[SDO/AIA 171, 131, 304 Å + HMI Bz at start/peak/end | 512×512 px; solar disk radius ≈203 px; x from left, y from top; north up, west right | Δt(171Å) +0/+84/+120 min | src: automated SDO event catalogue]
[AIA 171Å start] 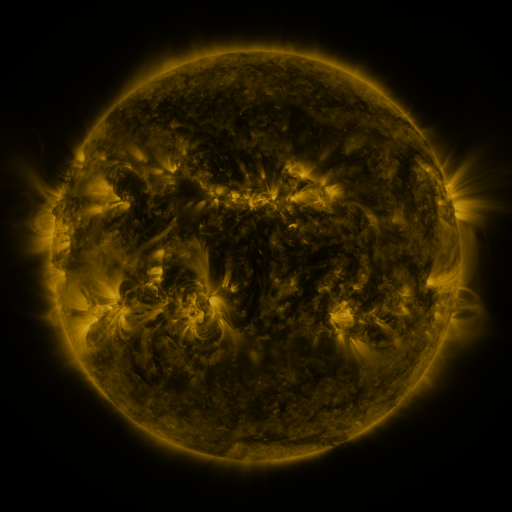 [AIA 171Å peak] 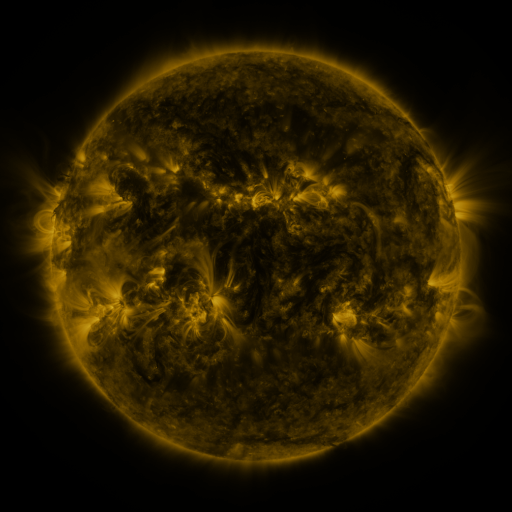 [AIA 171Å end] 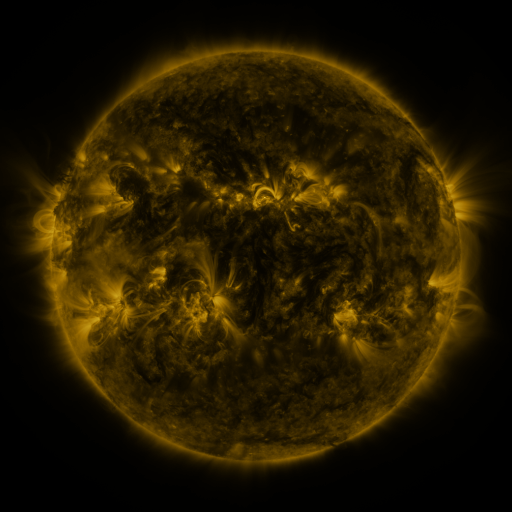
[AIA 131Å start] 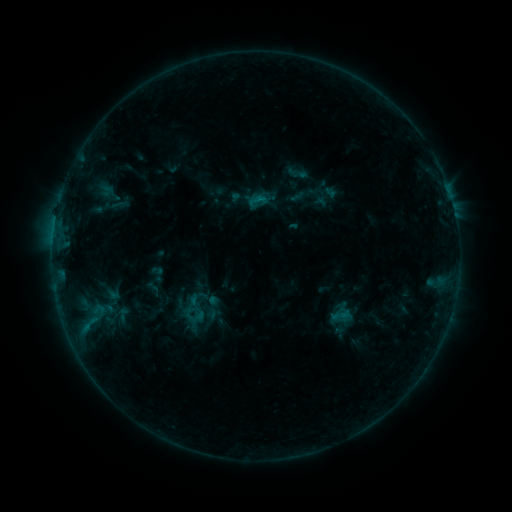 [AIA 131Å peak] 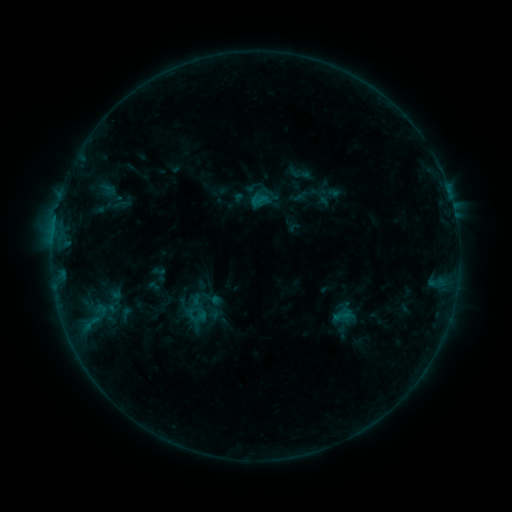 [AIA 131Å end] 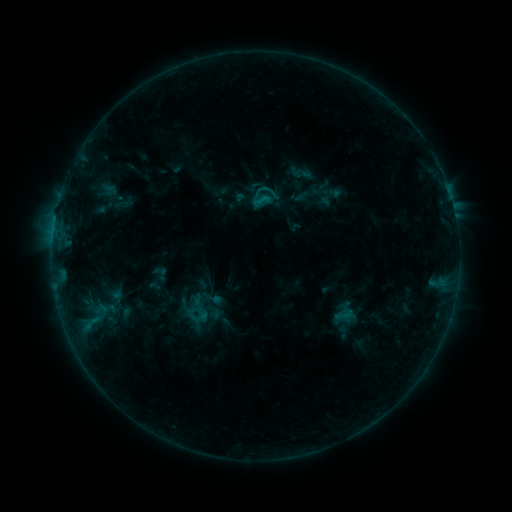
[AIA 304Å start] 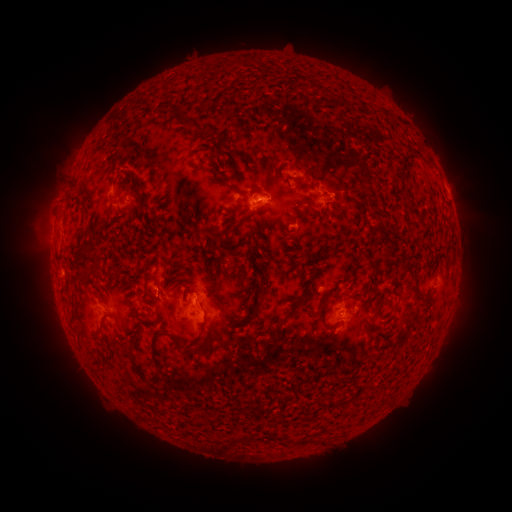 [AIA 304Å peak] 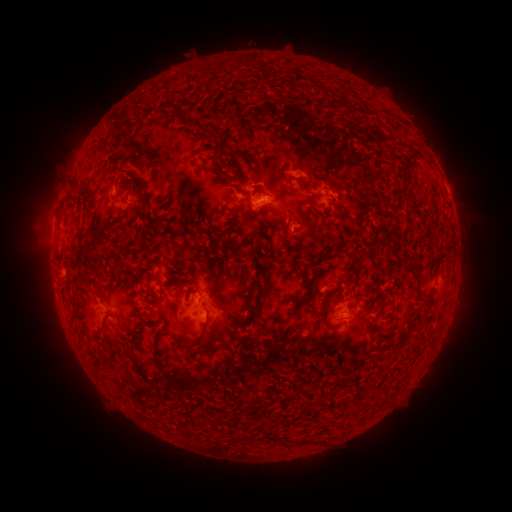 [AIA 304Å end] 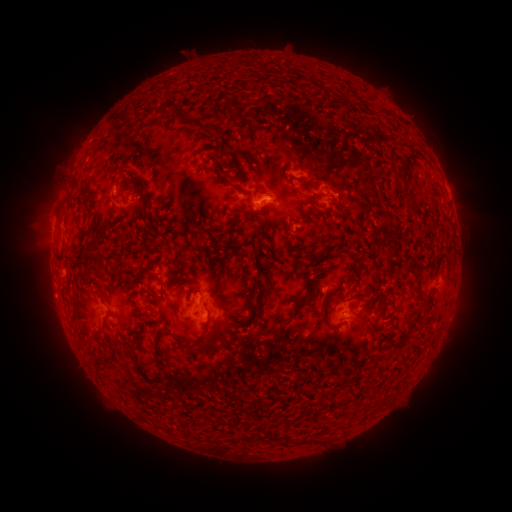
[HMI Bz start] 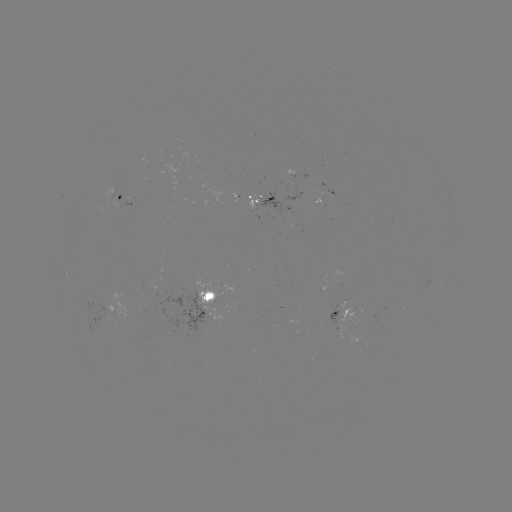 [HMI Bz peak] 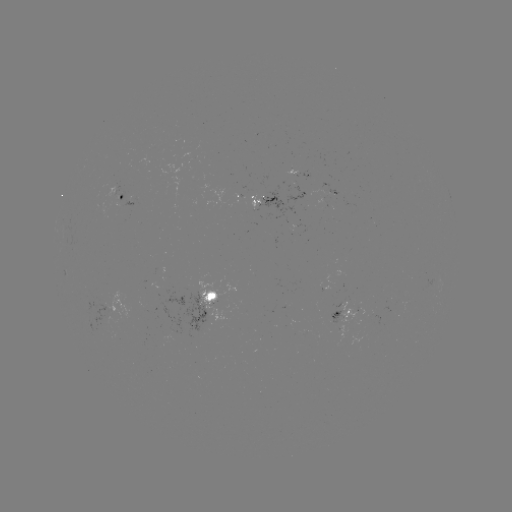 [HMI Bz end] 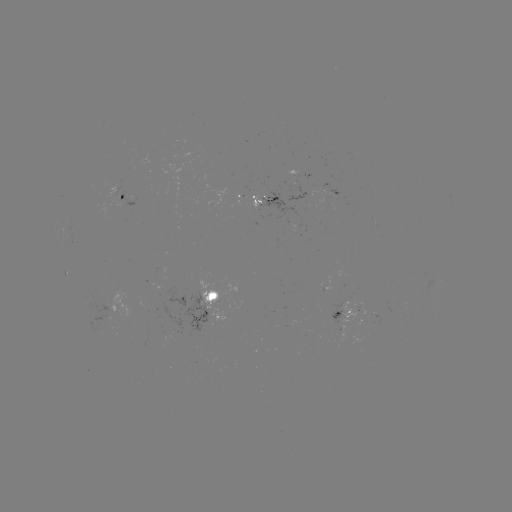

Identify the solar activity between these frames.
emerging-flux region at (271, 198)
